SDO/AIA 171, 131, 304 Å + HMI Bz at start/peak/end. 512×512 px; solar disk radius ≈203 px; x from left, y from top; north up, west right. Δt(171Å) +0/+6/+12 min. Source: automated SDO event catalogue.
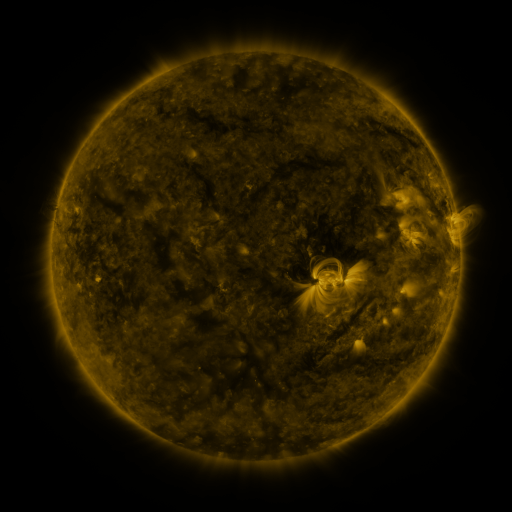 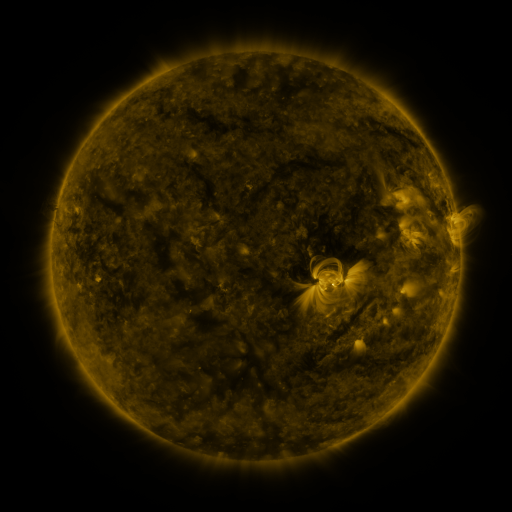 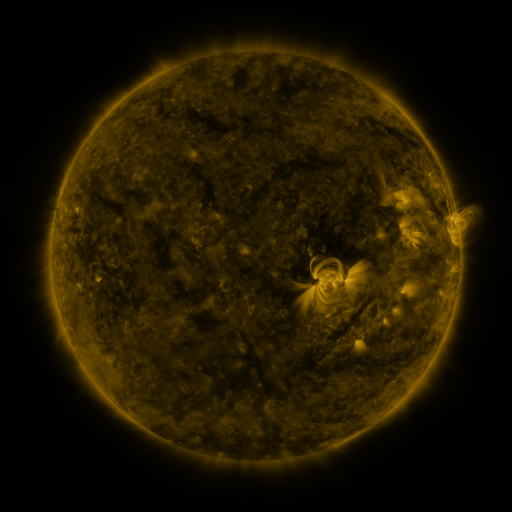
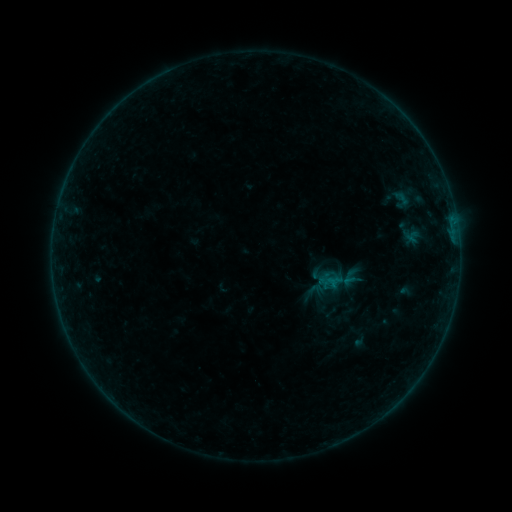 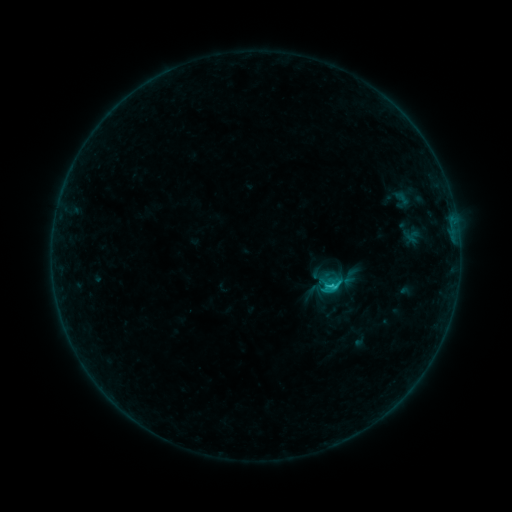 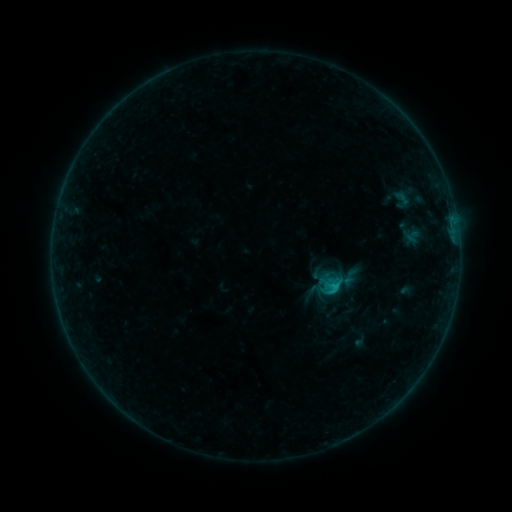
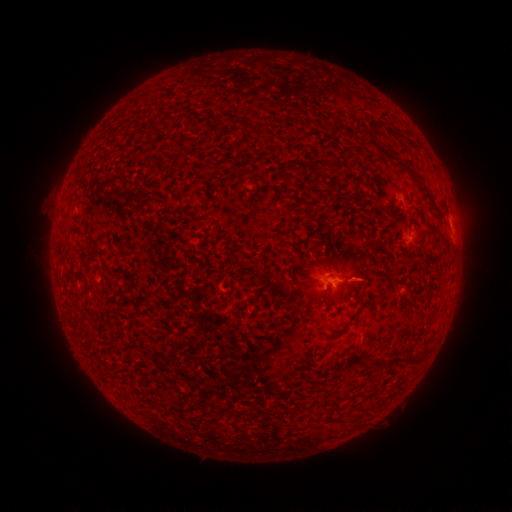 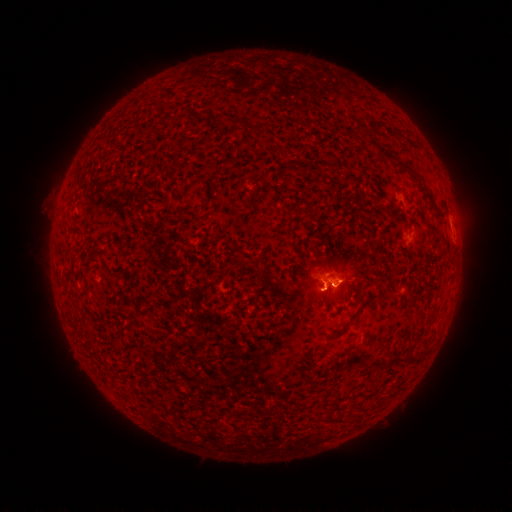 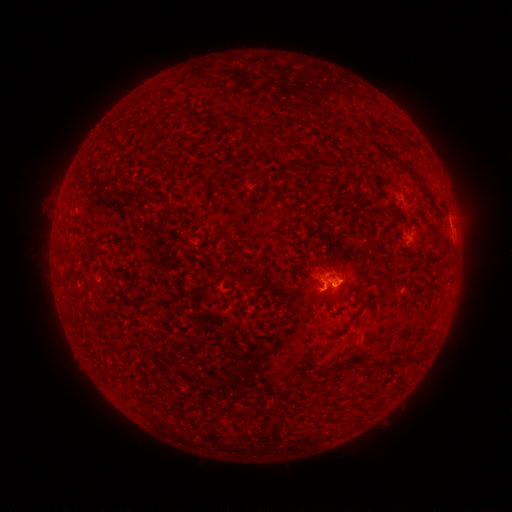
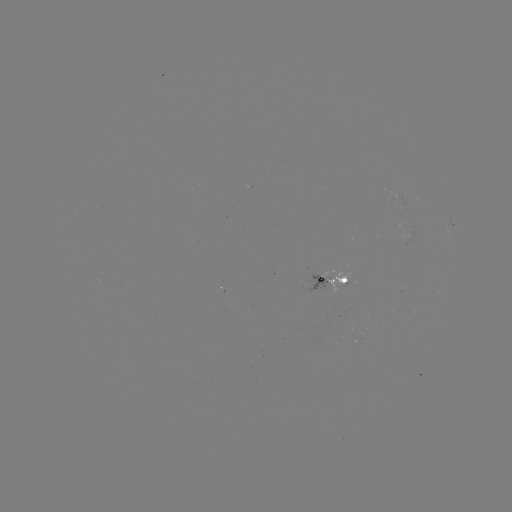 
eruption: (292, 242, 348, 317)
